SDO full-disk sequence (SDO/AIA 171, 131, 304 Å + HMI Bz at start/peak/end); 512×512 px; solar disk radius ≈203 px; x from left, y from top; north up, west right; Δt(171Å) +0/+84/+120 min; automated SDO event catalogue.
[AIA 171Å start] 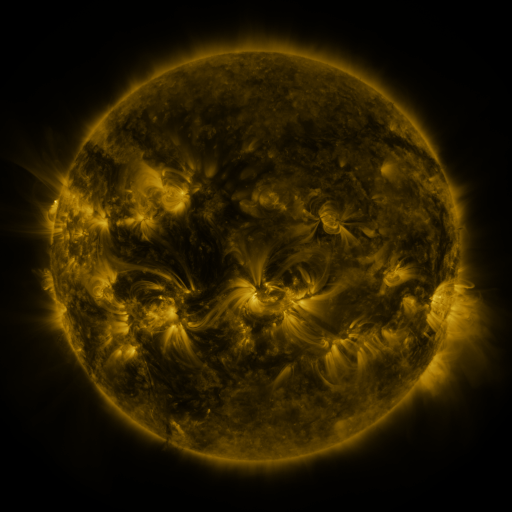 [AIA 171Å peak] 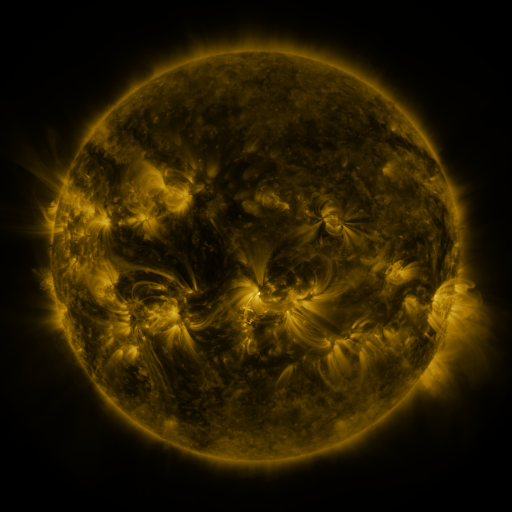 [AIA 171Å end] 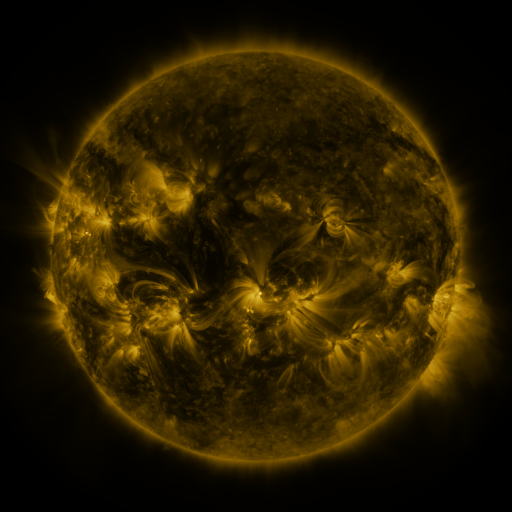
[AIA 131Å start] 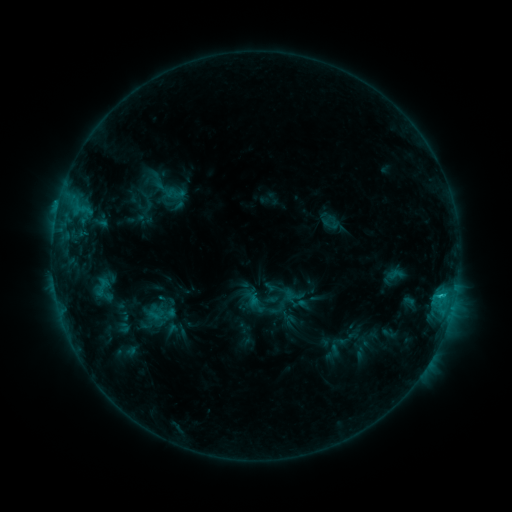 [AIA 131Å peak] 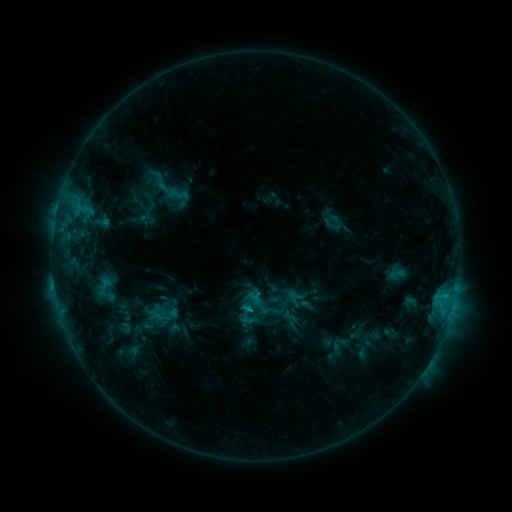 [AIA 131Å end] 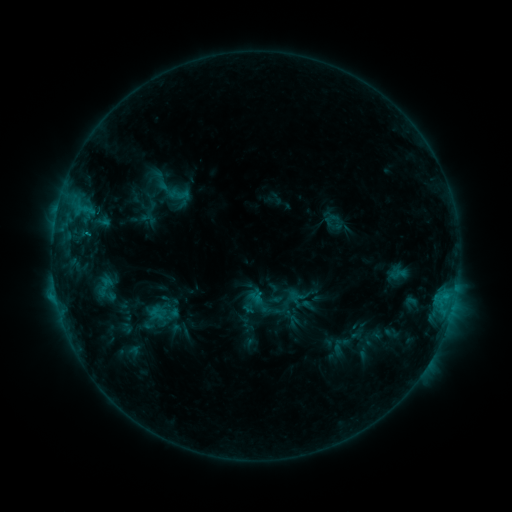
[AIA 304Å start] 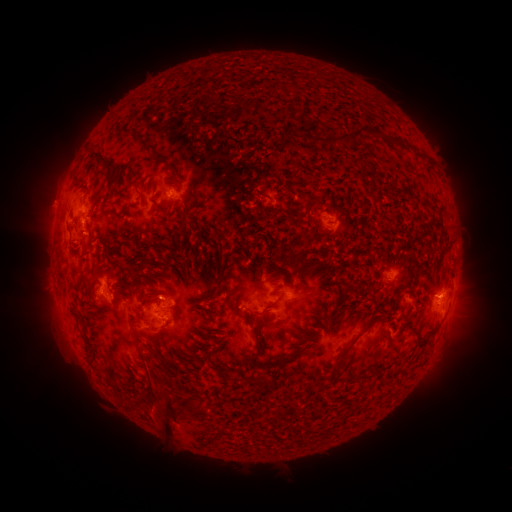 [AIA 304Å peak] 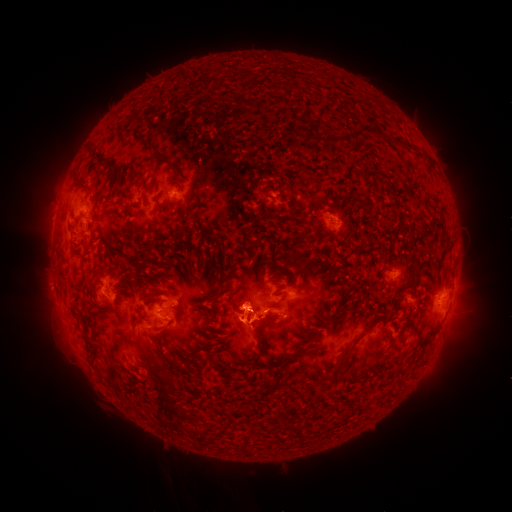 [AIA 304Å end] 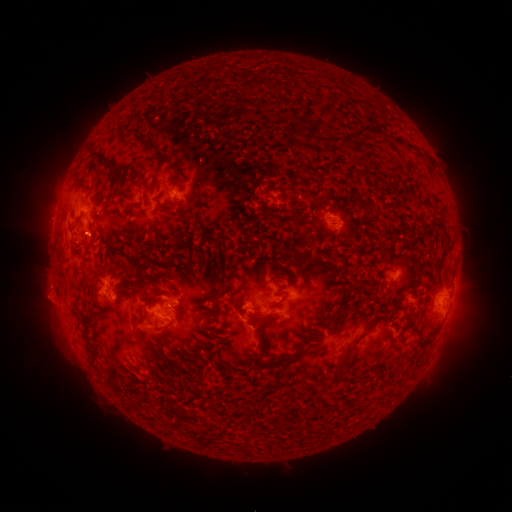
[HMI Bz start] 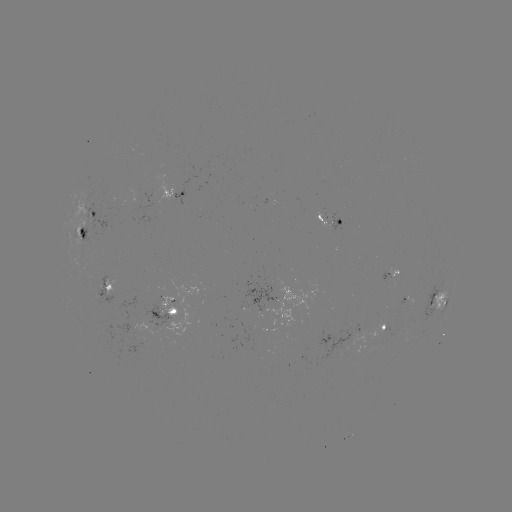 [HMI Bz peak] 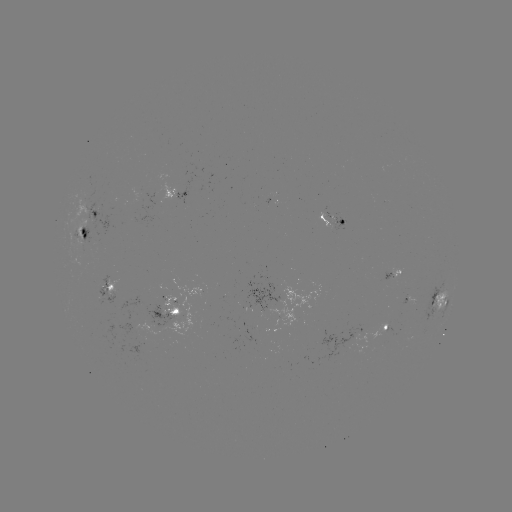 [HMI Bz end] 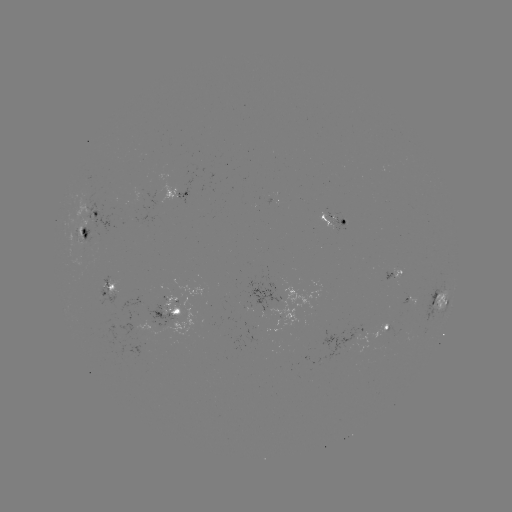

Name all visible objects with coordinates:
emerging-flux region: (409, 303)
